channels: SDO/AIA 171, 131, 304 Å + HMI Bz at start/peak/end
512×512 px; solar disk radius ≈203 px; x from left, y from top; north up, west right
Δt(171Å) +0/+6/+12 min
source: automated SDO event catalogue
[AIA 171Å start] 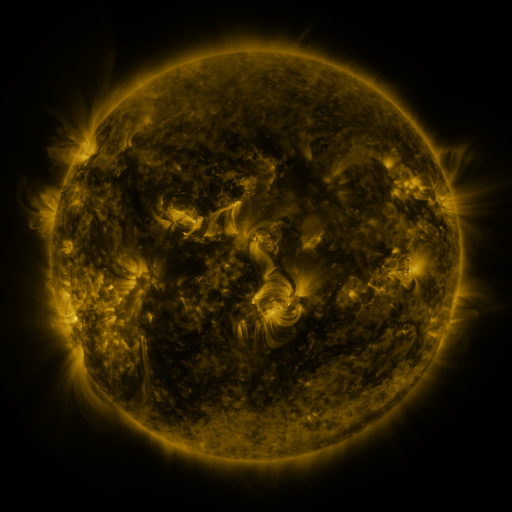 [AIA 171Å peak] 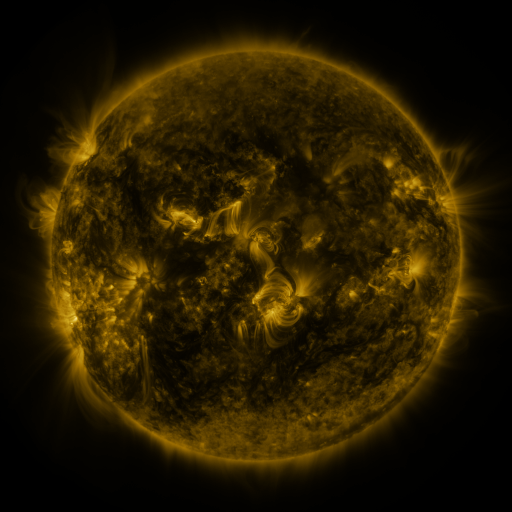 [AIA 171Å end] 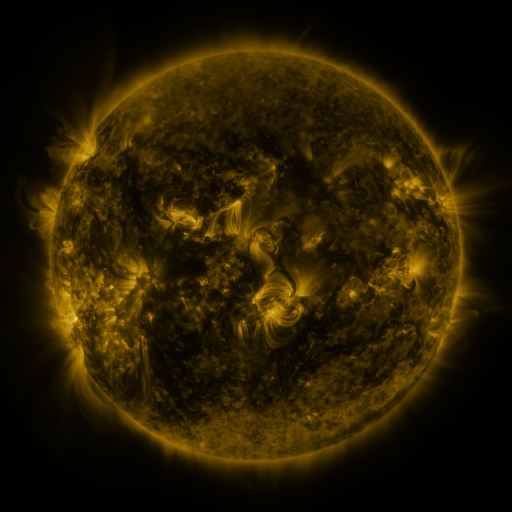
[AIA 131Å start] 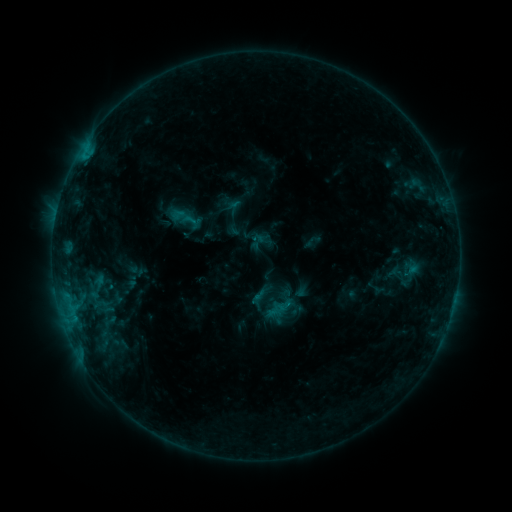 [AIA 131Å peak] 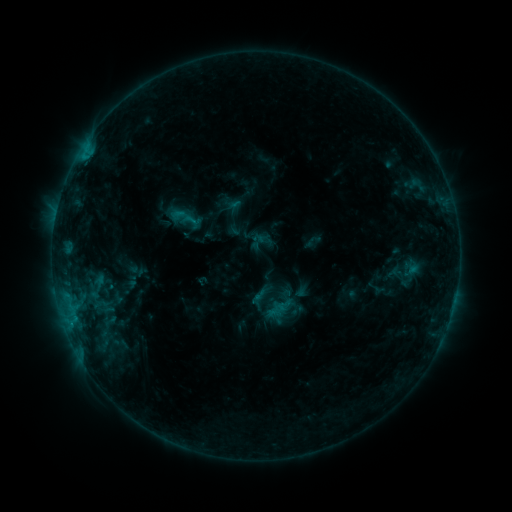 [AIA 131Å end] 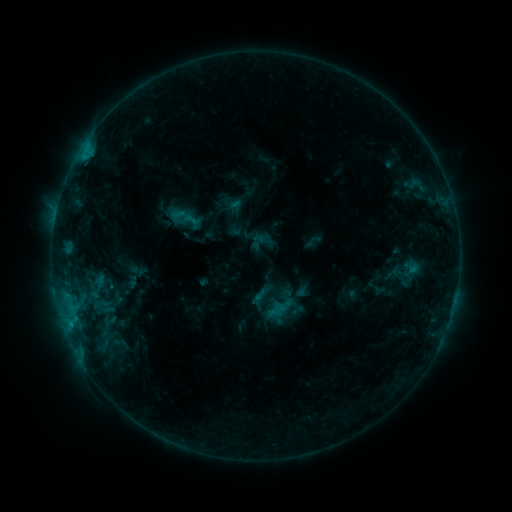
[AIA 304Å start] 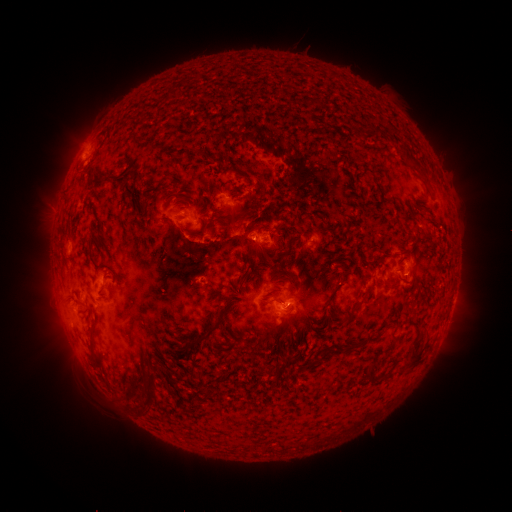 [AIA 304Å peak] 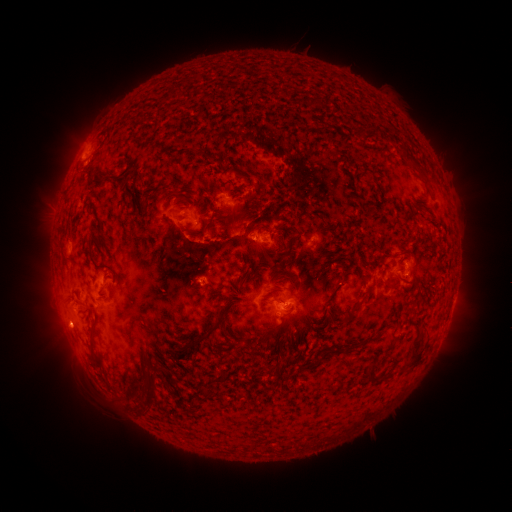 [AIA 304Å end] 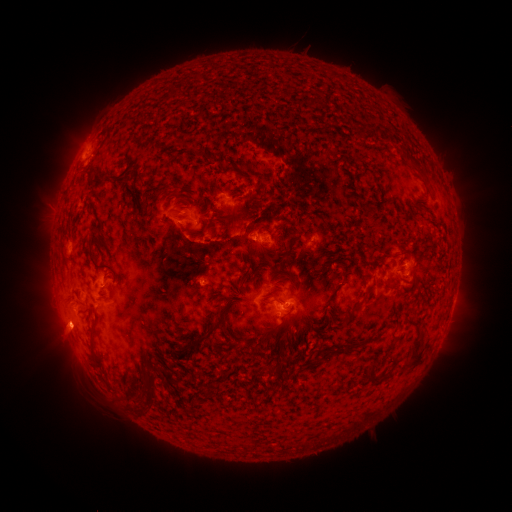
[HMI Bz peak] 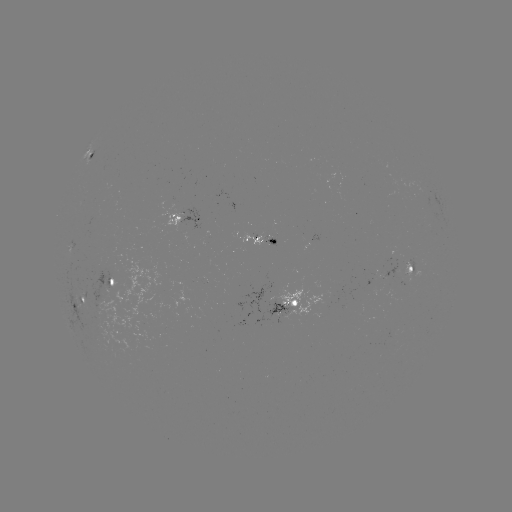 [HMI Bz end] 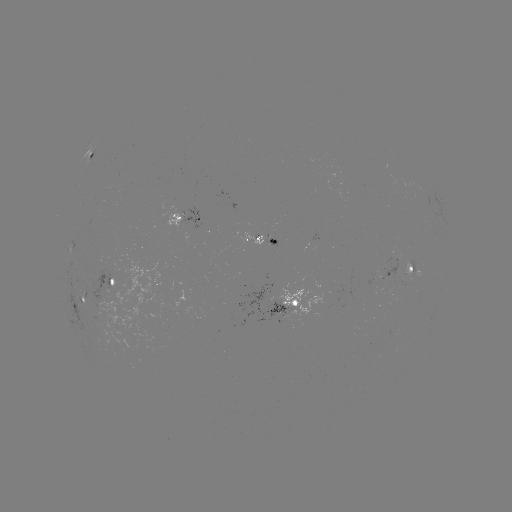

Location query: eruption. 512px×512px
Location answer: [62, 328].